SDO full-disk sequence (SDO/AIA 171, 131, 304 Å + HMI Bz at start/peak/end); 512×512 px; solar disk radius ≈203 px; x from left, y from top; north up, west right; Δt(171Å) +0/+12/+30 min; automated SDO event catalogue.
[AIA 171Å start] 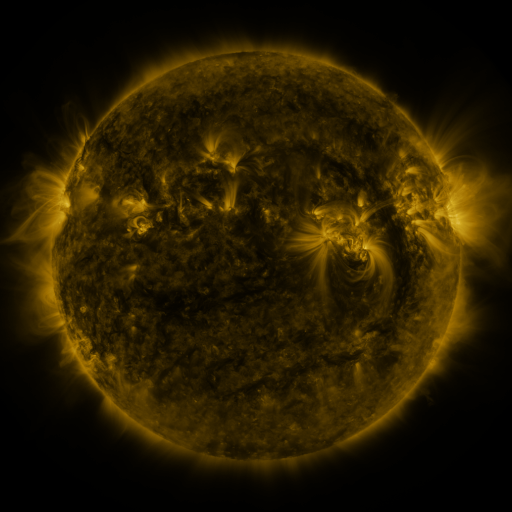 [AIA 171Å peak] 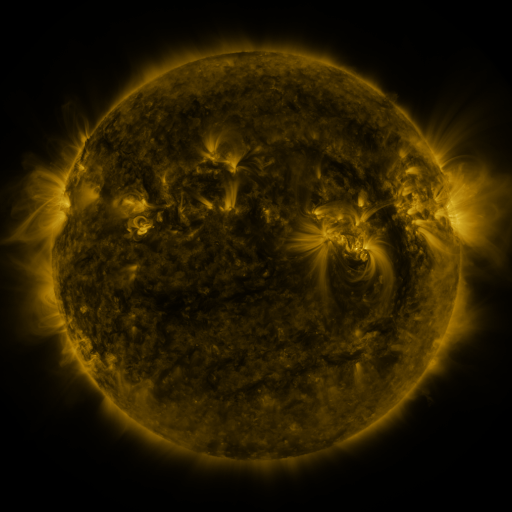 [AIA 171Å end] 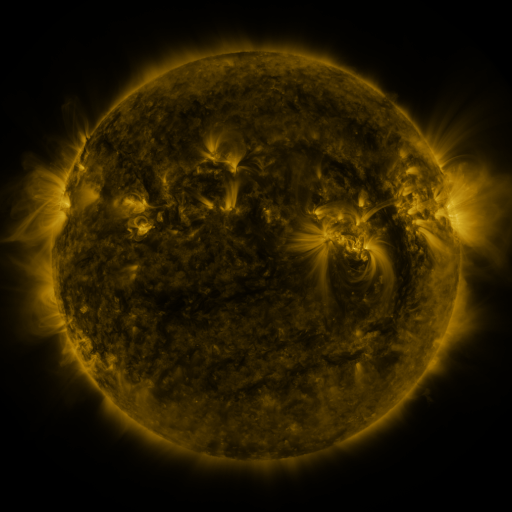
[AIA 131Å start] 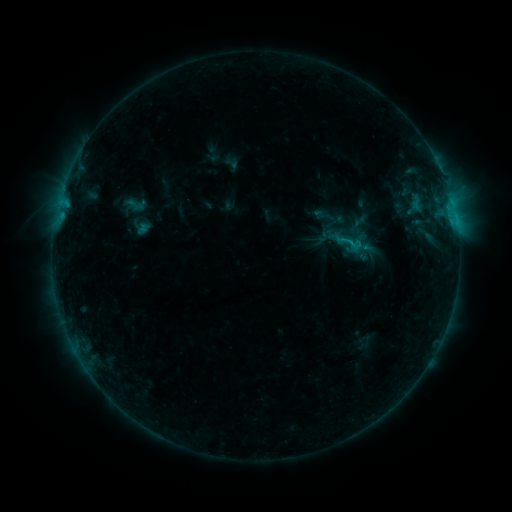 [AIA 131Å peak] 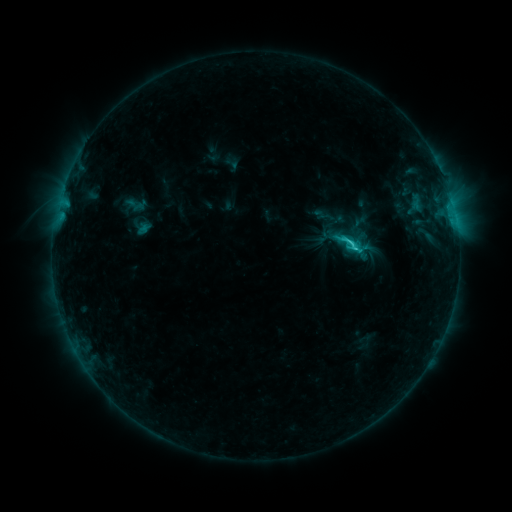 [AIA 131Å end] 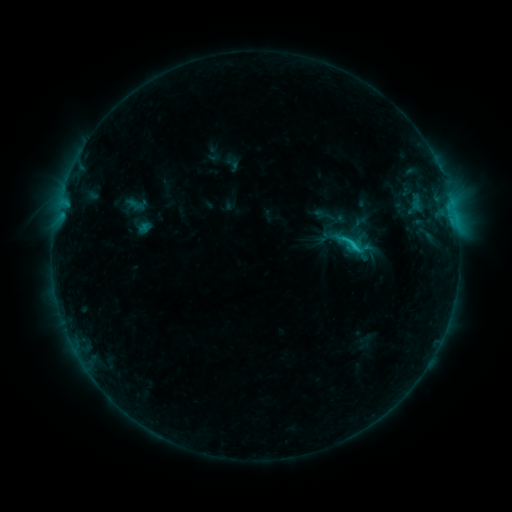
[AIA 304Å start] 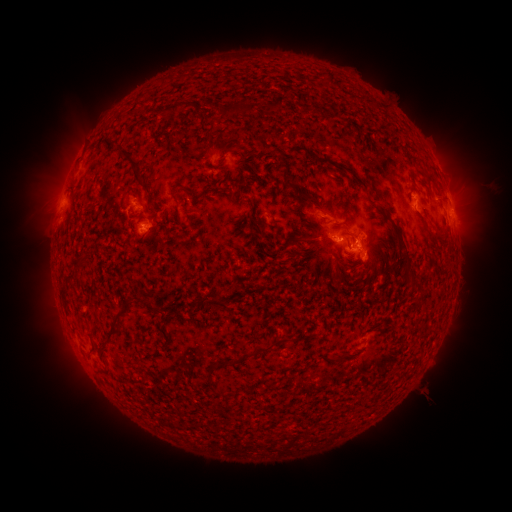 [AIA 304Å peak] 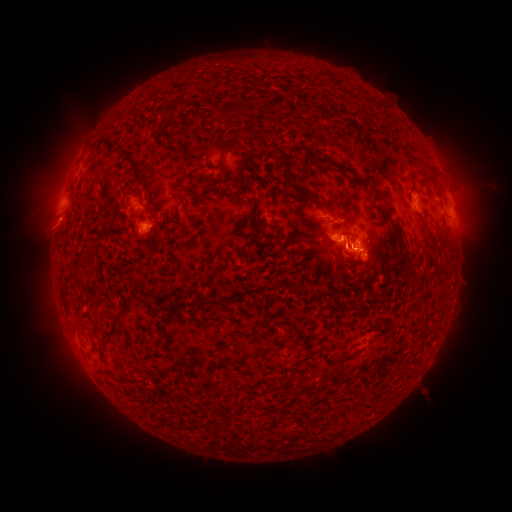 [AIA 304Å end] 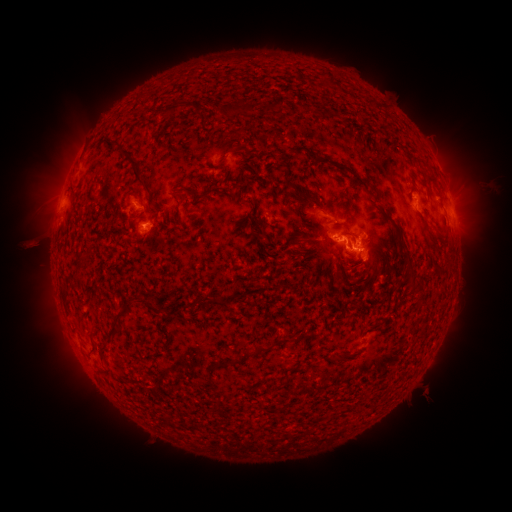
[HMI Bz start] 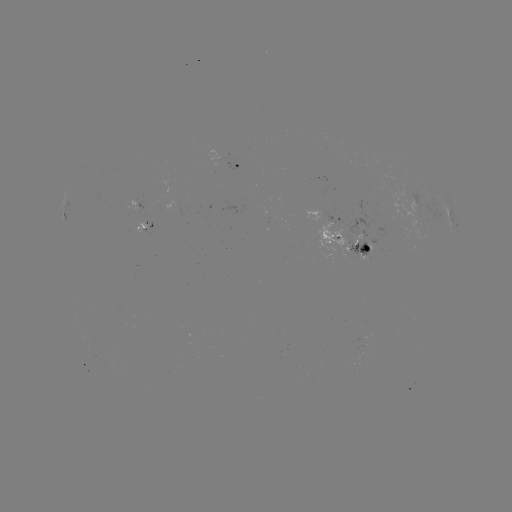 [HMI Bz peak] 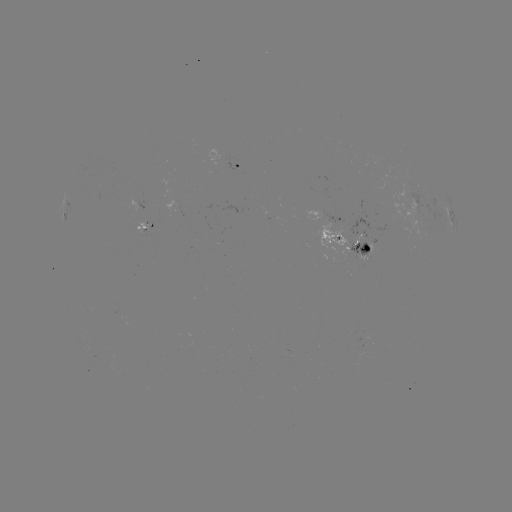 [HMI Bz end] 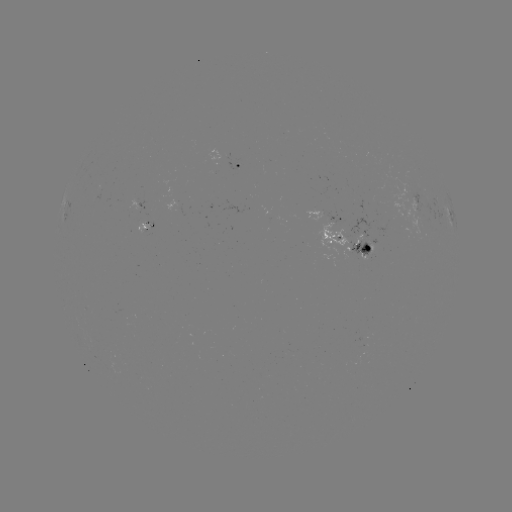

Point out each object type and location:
C2.4 flare: (344, 249)
